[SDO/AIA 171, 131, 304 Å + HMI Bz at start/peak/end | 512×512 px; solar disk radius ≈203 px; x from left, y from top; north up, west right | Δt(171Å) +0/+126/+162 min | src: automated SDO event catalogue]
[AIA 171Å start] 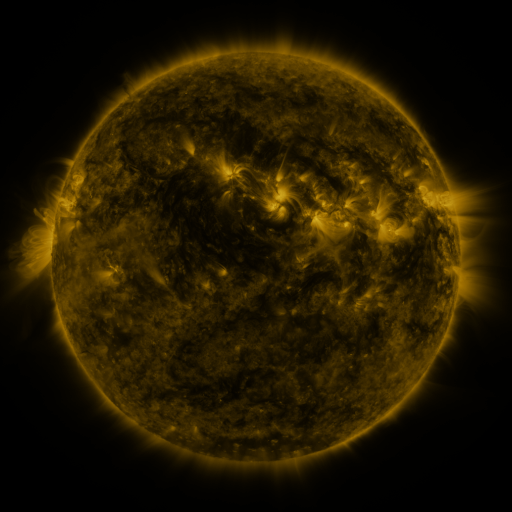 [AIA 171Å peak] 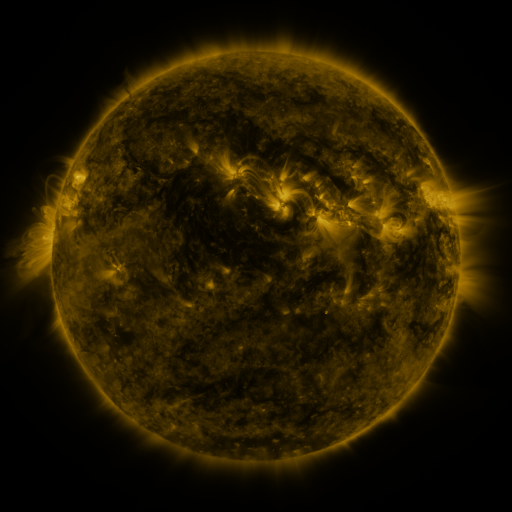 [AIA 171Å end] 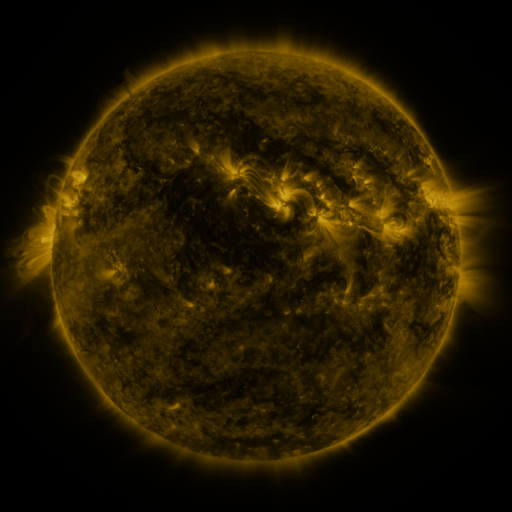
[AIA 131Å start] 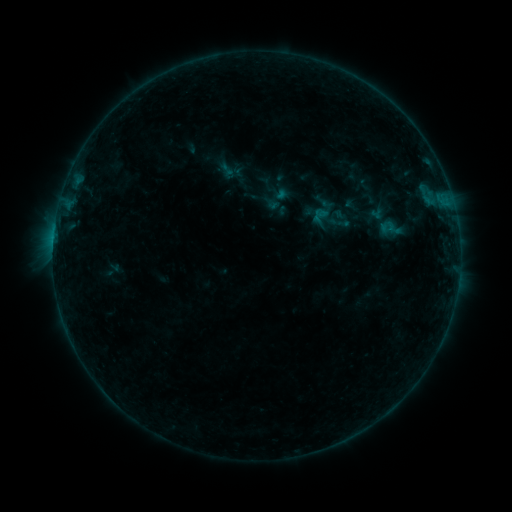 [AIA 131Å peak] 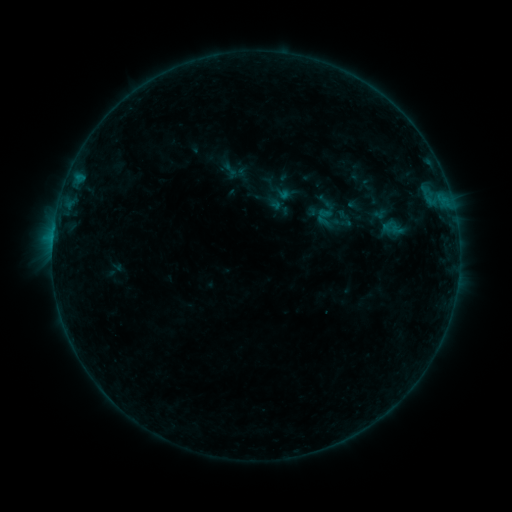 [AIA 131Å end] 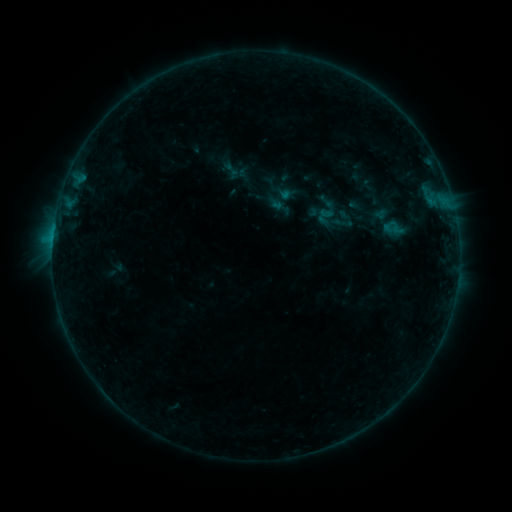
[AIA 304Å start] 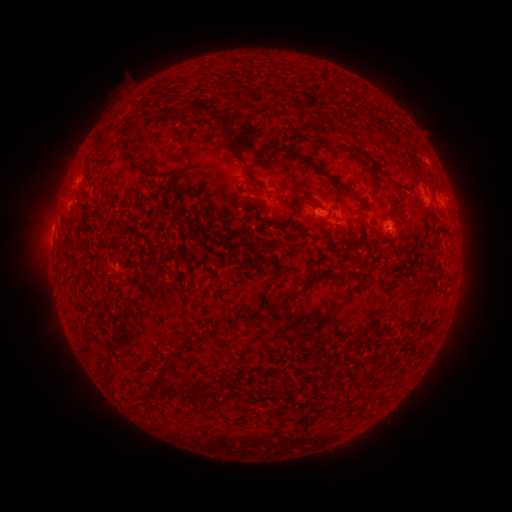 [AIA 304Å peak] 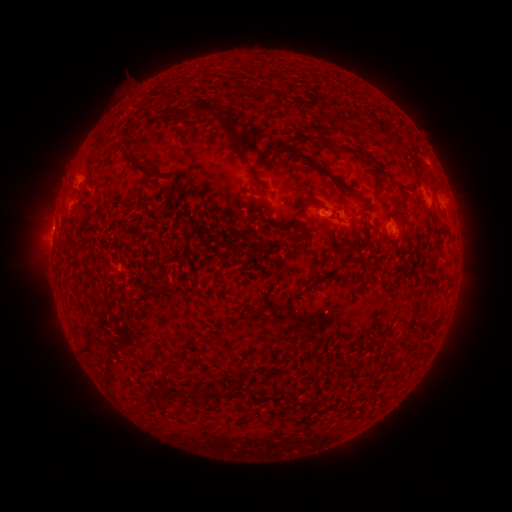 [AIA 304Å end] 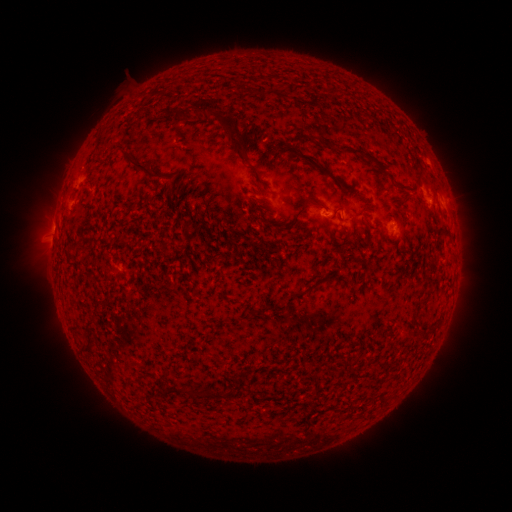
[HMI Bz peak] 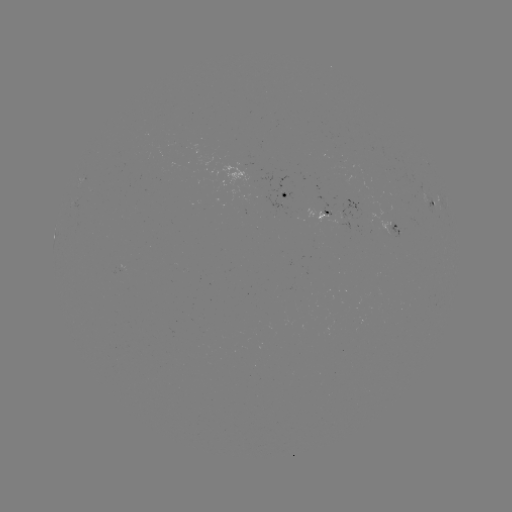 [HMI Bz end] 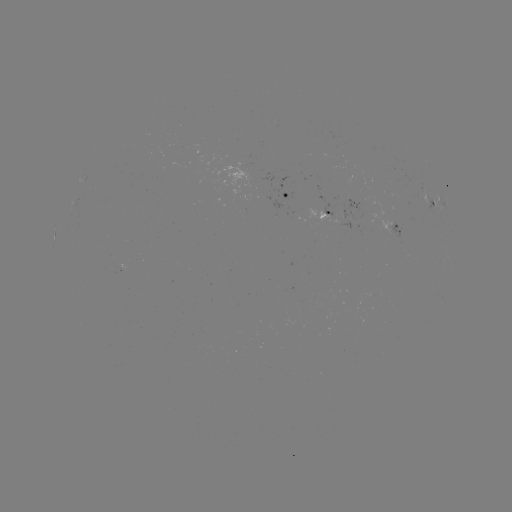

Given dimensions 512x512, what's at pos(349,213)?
emerging-flux region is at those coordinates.